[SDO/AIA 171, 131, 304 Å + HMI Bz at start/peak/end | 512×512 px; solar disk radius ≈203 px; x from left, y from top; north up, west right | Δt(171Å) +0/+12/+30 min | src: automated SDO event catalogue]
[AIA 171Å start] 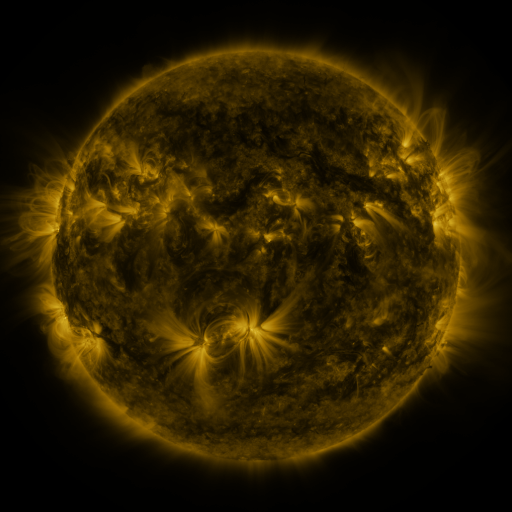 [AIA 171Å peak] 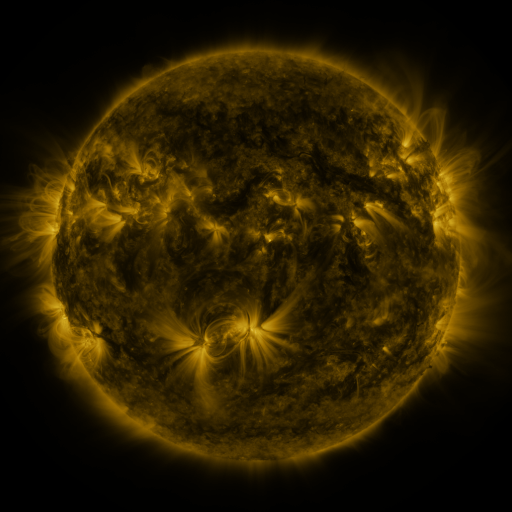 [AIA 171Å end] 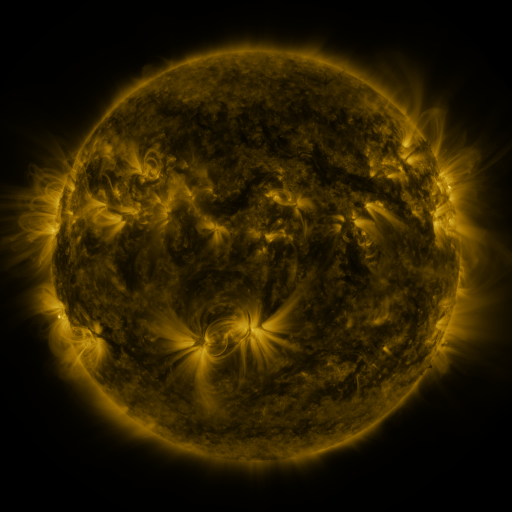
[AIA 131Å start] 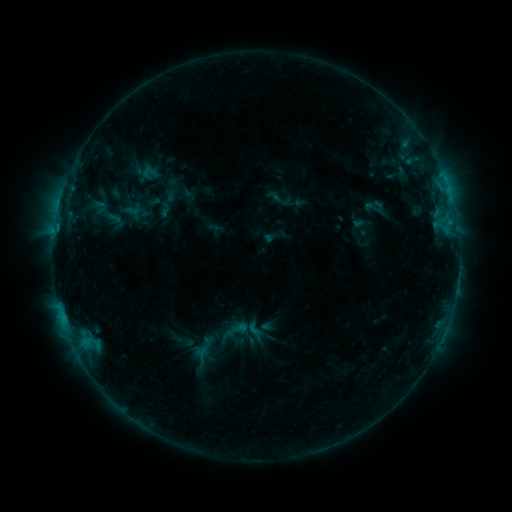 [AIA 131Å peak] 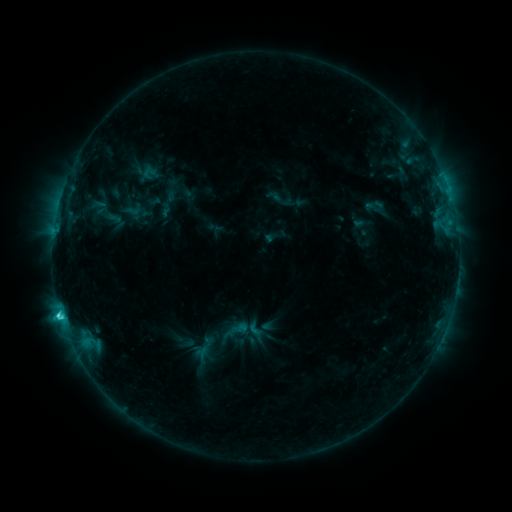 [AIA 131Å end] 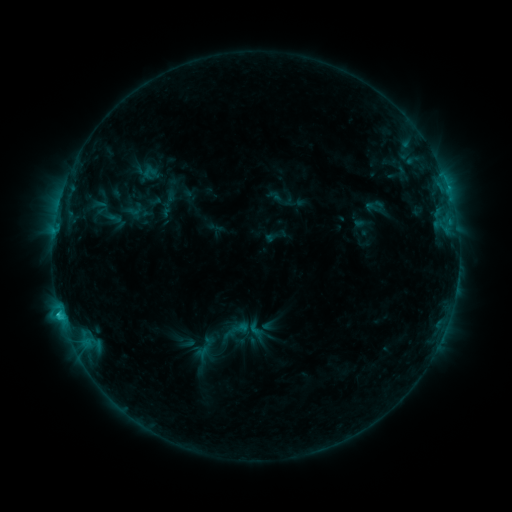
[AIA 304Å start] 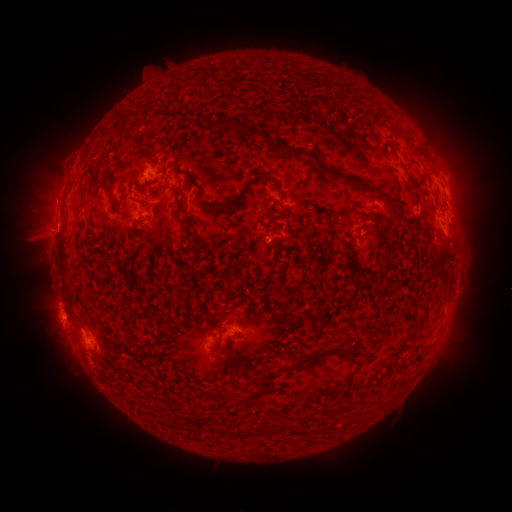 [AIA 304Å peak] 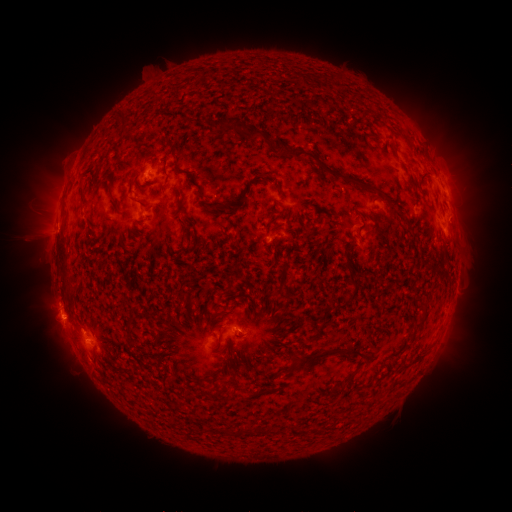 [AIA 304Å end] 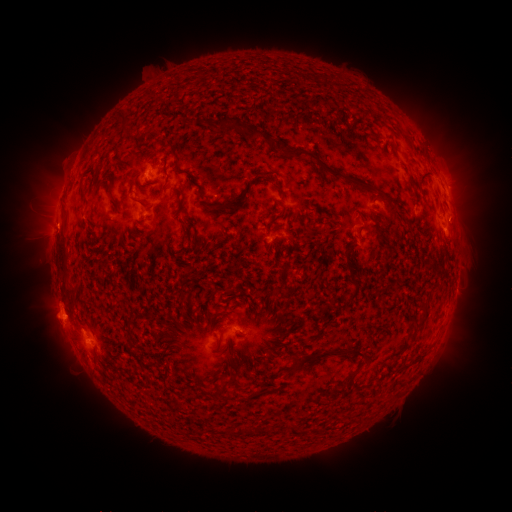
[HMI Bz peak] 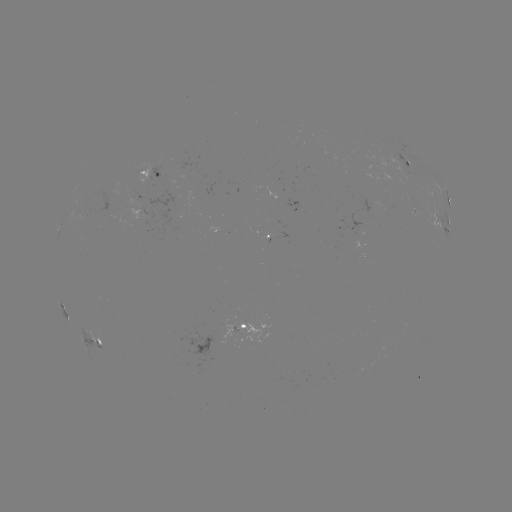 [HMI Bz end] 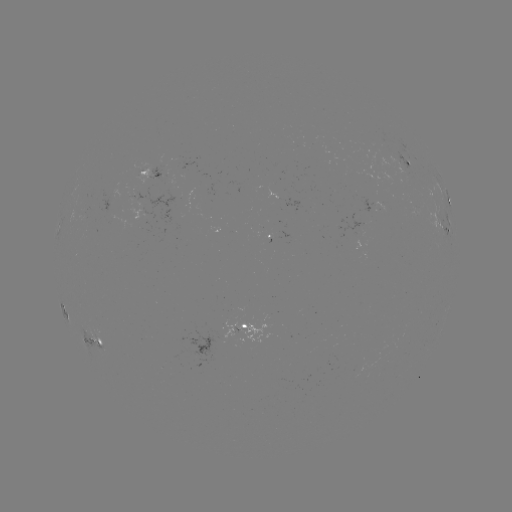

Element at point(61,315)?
C2.4 flare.